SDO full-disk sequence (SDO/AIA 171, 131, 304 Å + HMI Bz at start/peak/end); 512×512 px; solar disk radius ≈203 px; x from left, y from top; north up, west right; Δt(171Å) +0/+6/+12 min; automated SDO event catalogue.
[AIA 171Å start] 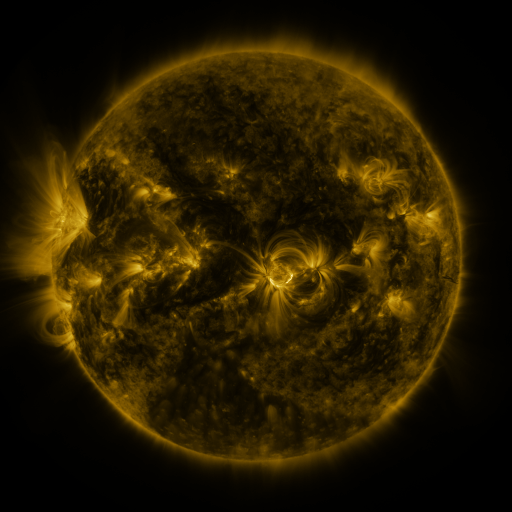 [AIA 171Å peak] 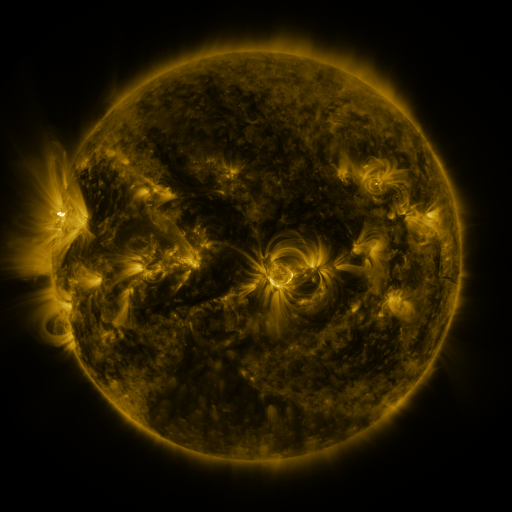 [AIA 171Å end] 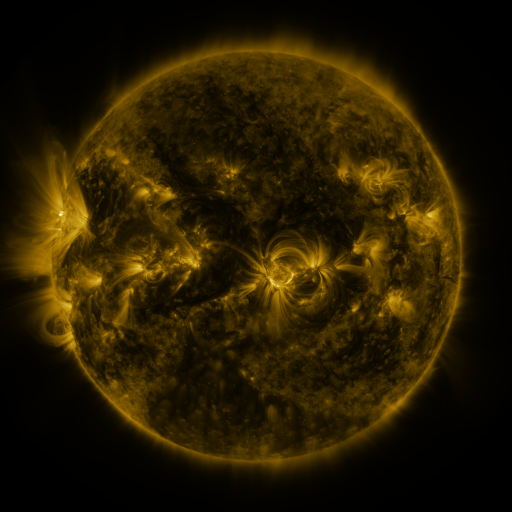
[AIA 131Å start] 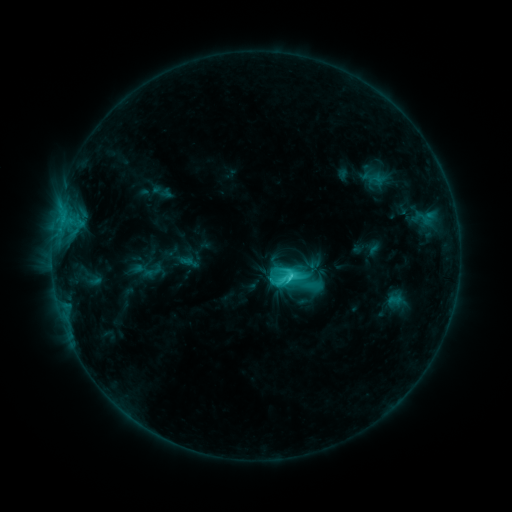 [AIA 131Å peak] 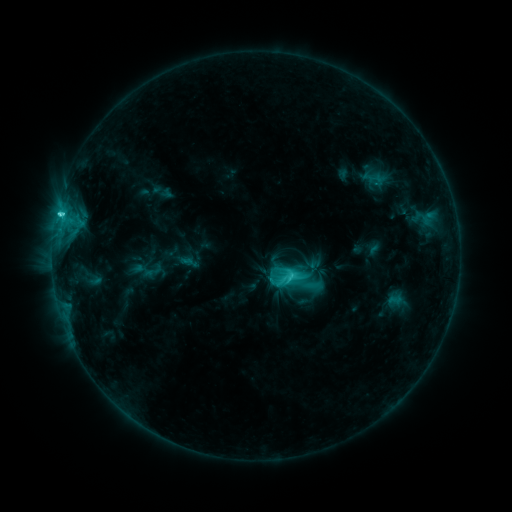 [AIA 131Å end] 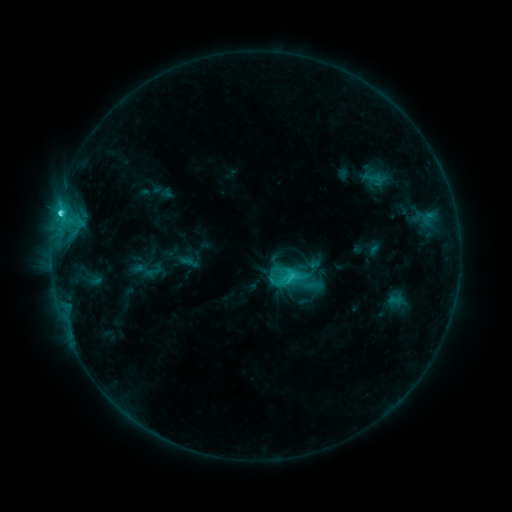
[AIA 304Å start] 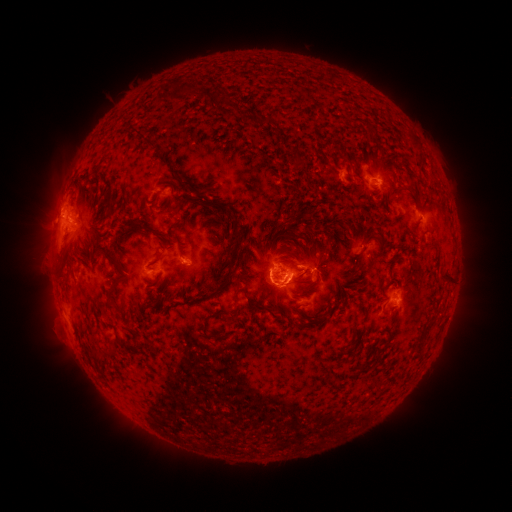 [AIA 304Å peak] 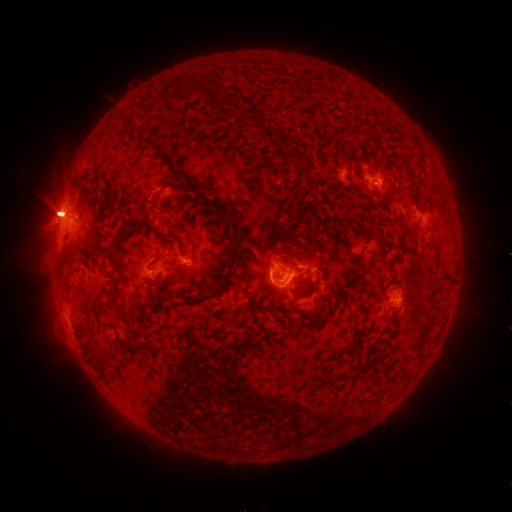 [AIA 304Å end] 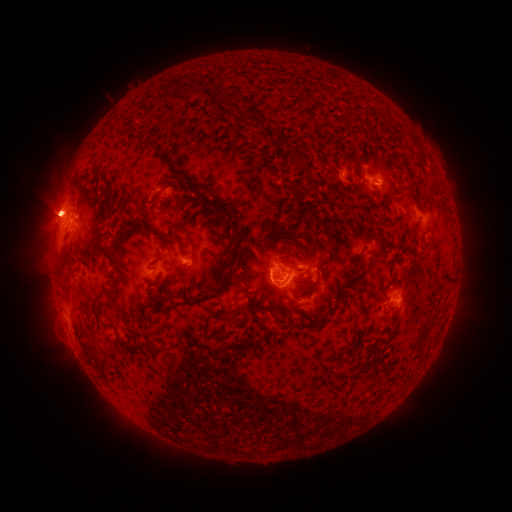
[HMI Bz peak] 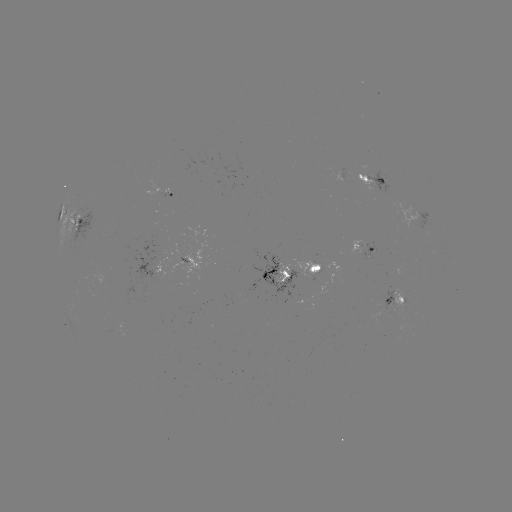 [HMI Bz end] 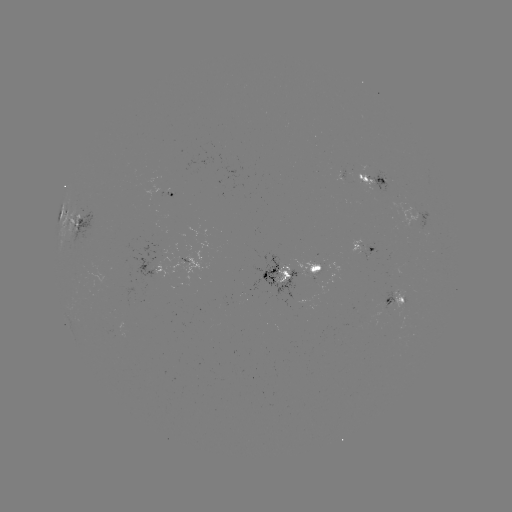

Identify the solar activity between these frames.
C7.6 flare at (60, 216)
